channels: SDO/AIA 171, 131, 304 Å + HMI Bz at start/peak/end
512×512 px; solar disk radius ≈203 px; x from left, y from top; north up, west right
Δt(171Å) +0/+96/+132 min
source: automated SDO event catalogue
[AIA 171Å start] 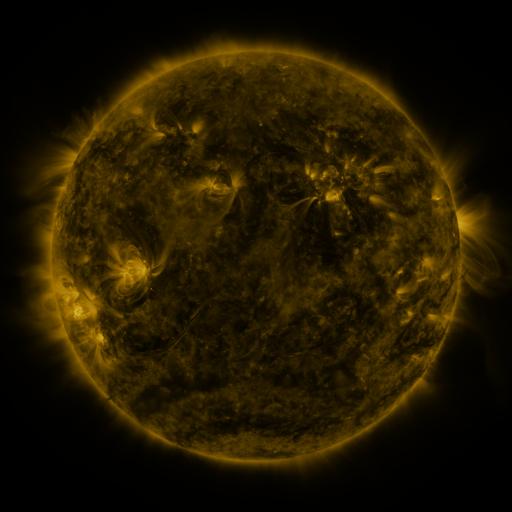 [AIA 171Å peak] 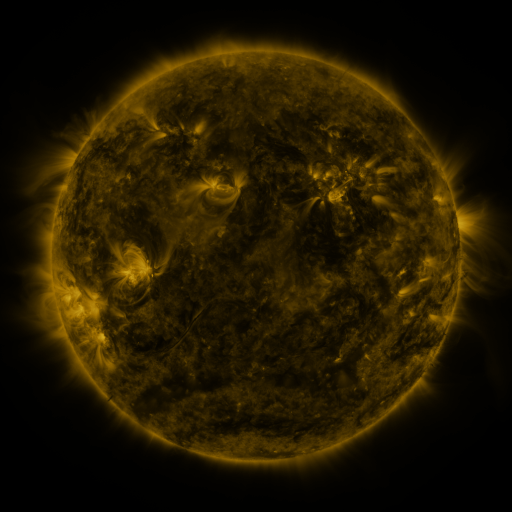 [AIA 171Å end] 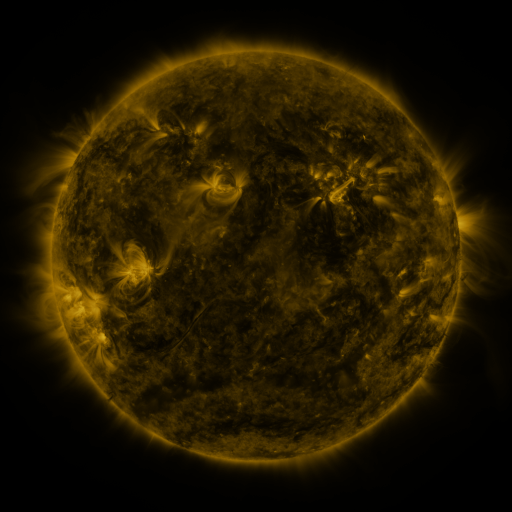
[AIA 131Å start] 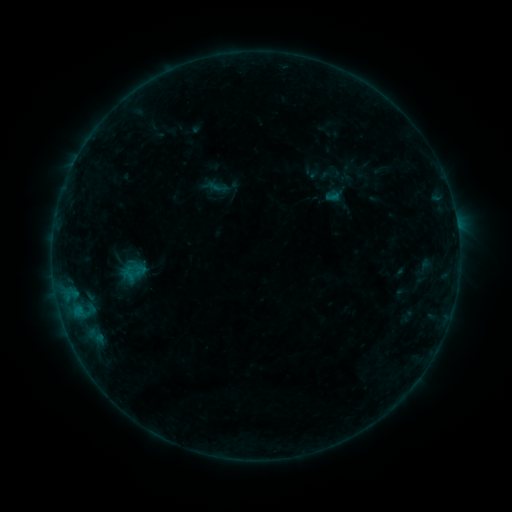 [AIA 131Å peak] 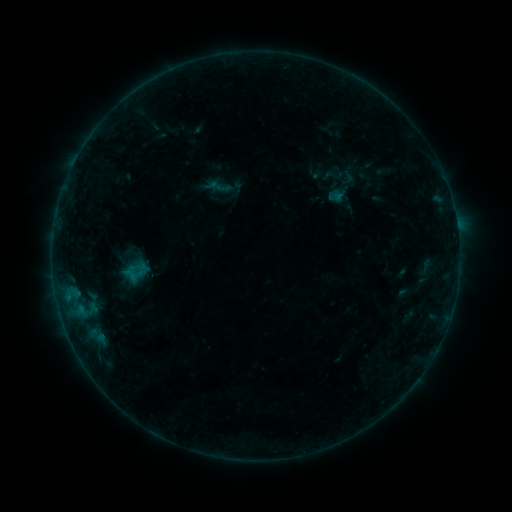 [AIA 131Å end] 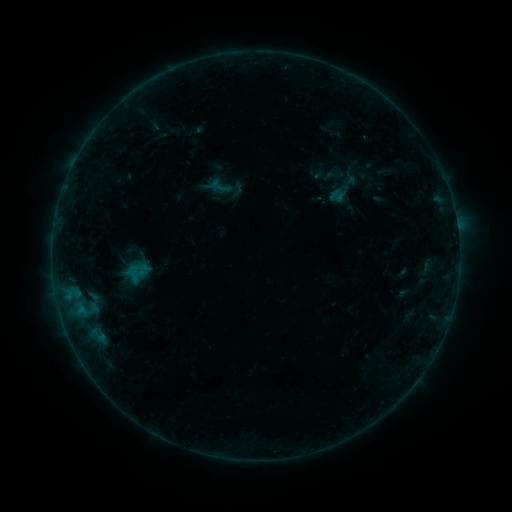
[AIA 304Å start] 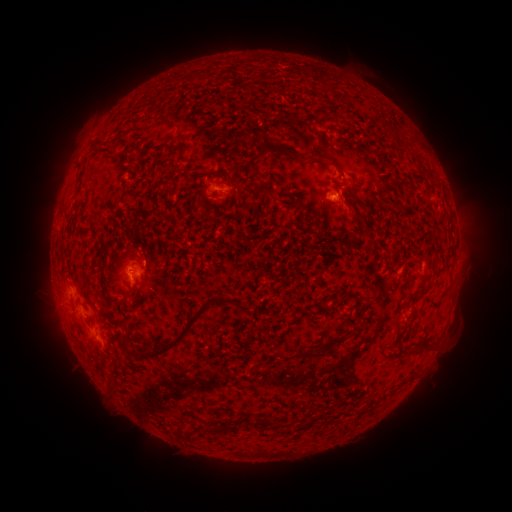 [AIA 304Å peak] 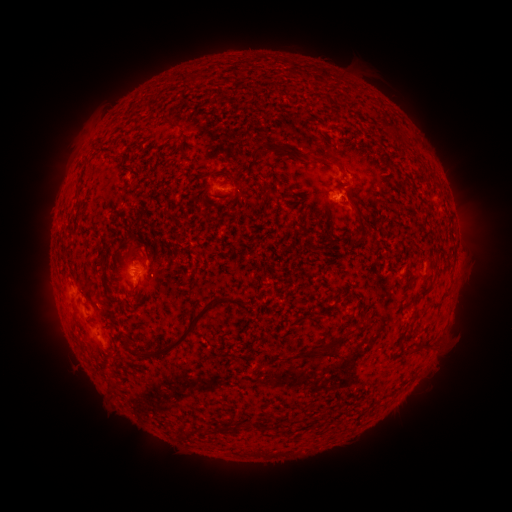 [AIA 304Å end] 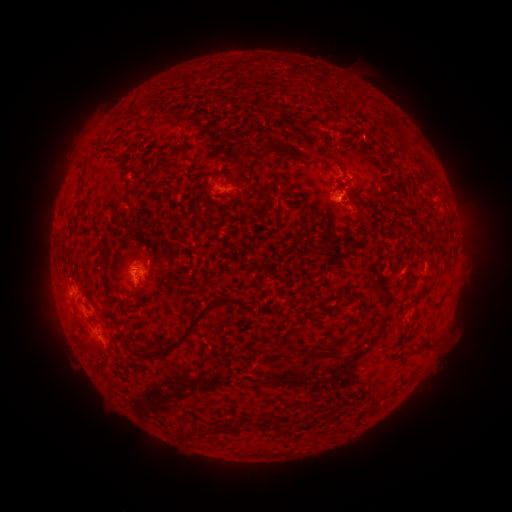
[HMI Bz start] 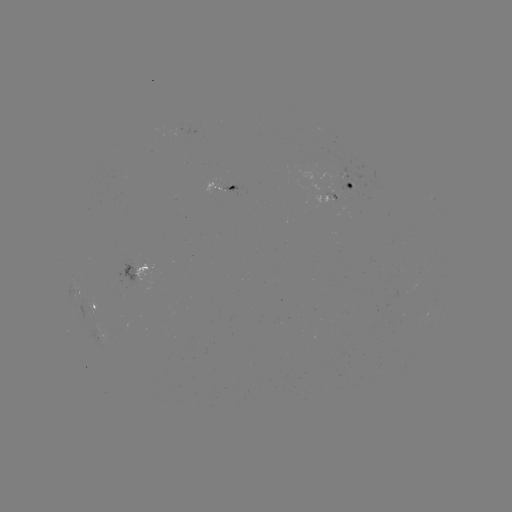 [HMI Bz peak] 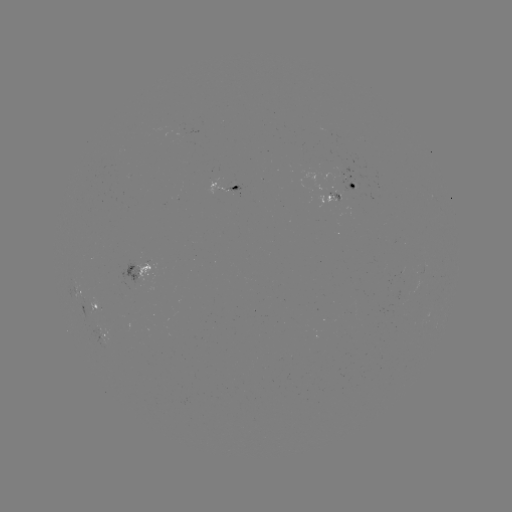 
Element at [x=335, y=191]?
emerging-flux region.